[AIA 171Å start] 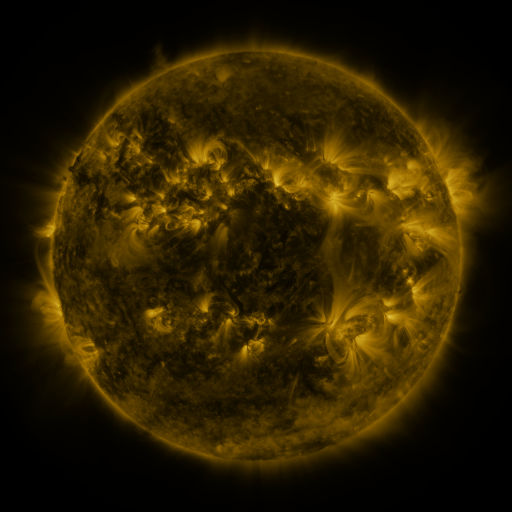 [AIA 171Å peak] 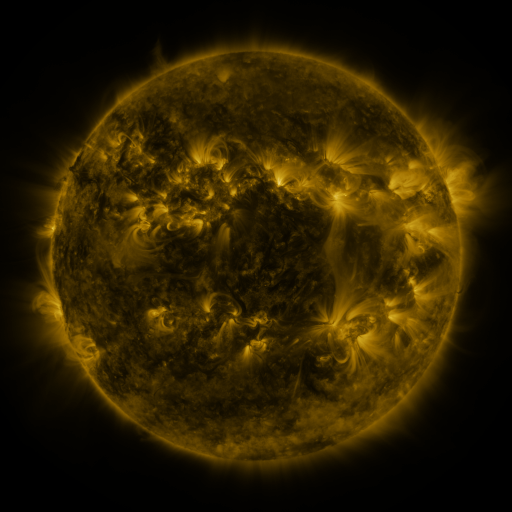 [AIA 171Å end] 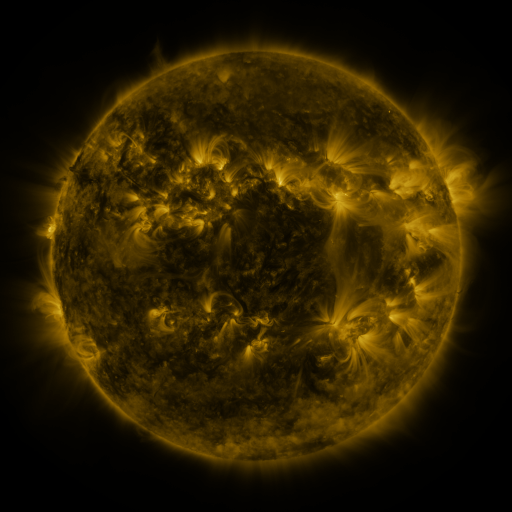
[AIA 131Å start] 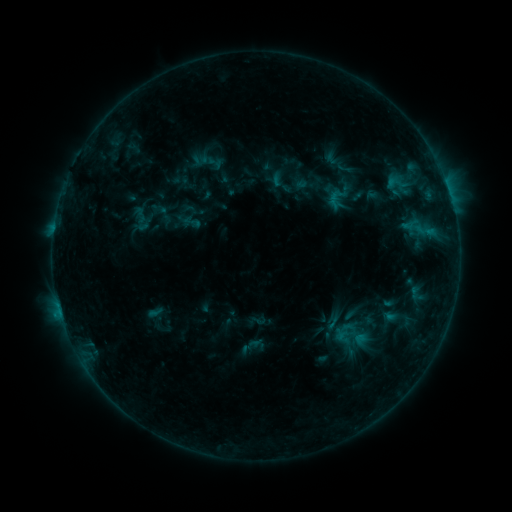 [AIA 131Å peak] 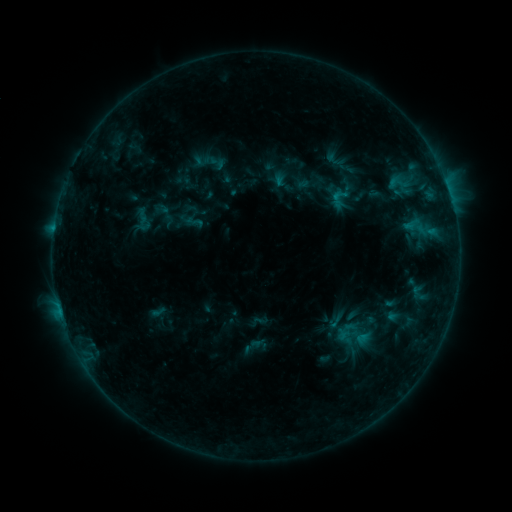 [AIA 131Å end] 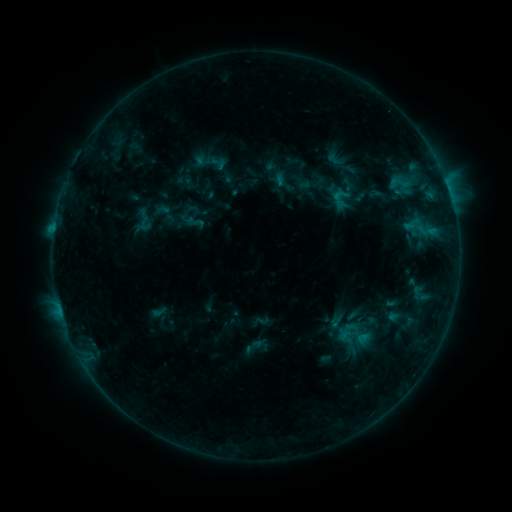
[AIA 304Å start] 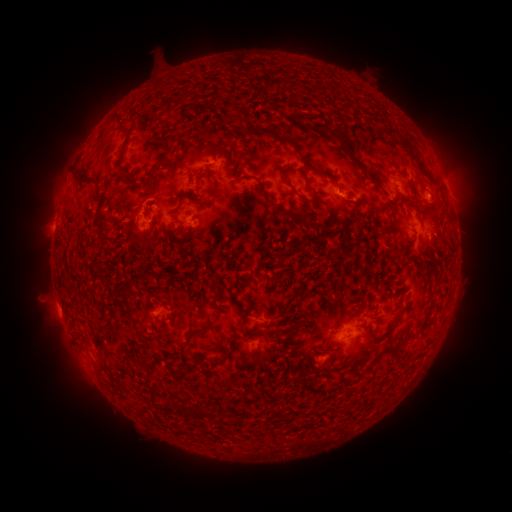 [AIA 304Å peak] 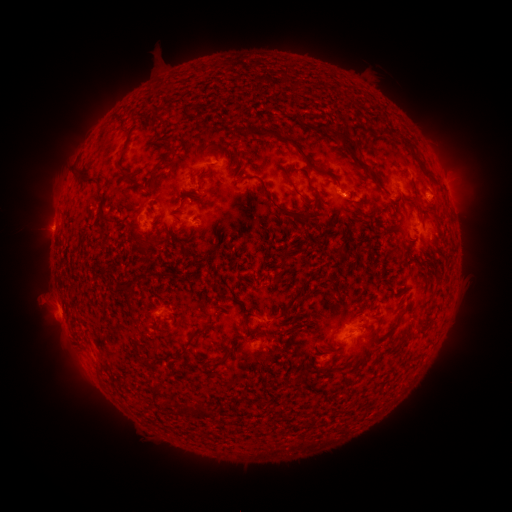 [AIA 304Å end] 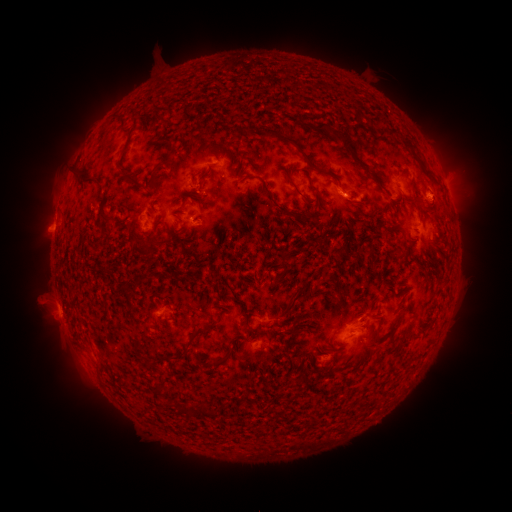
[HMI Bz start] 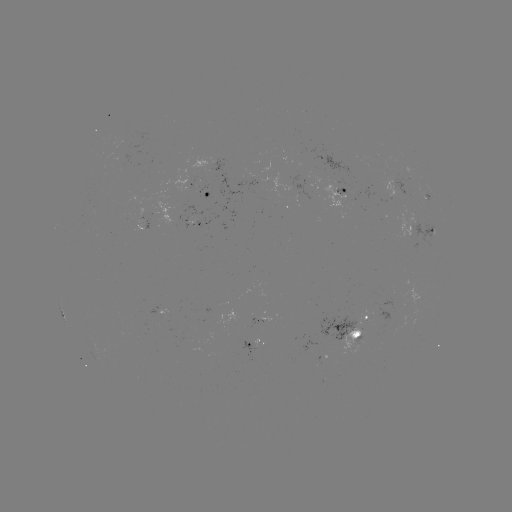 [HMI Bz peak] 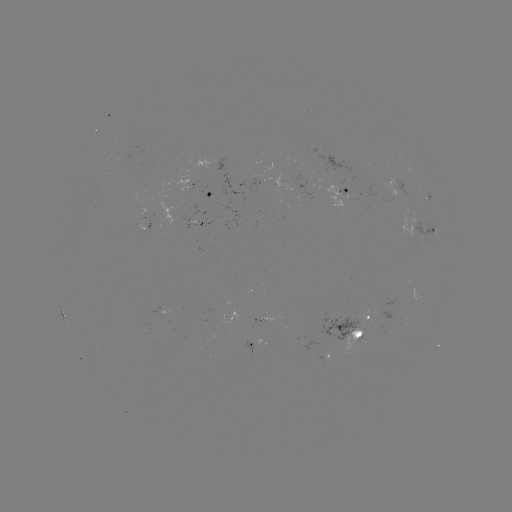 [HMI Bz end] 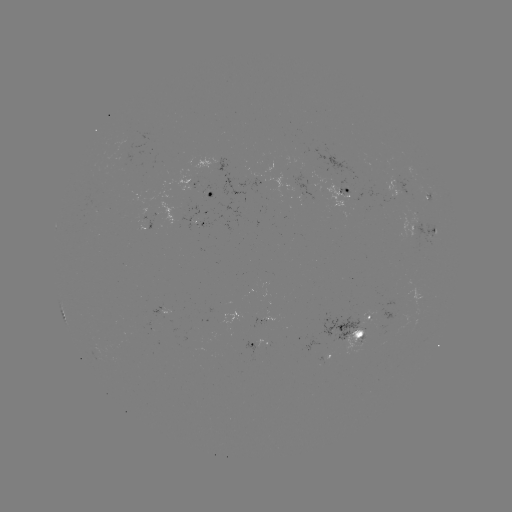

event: emerging-flux region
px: (346, 193)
